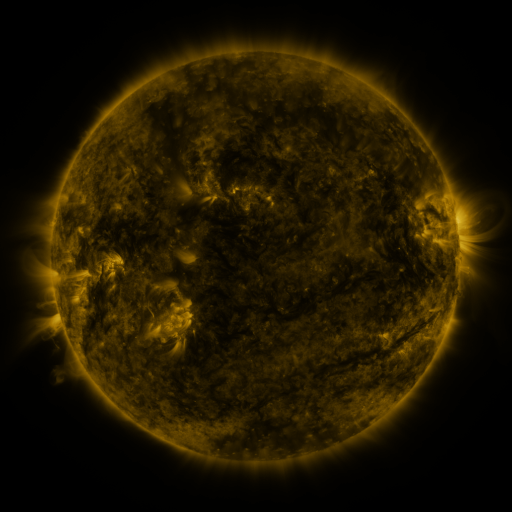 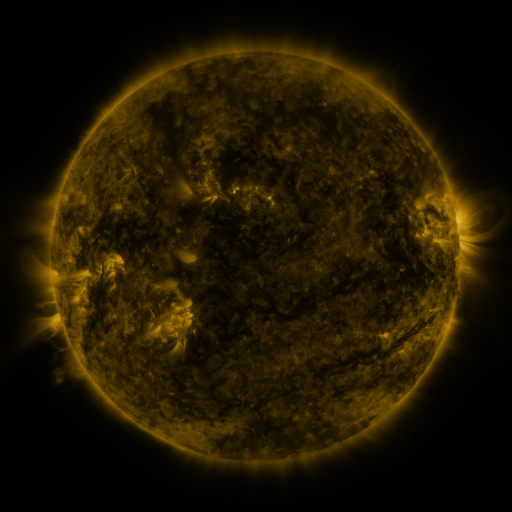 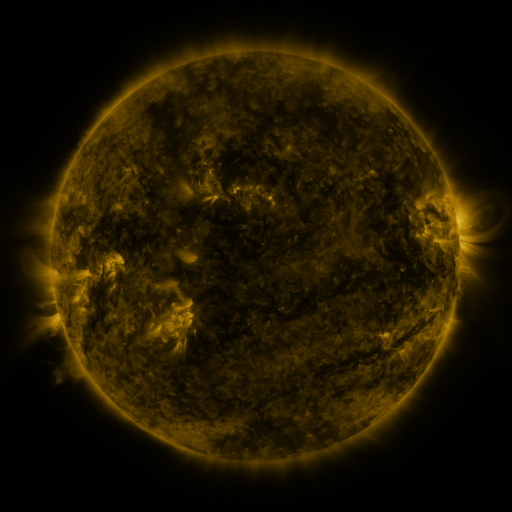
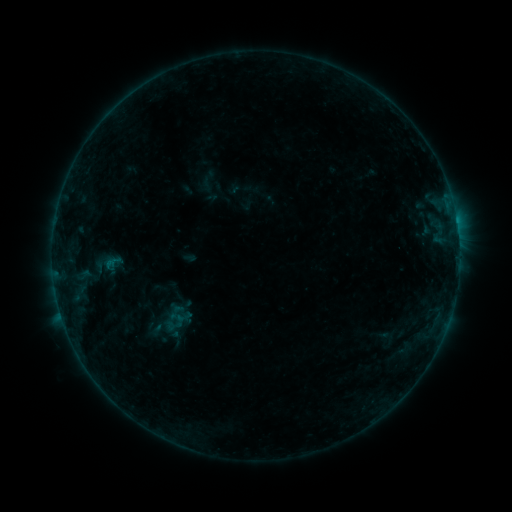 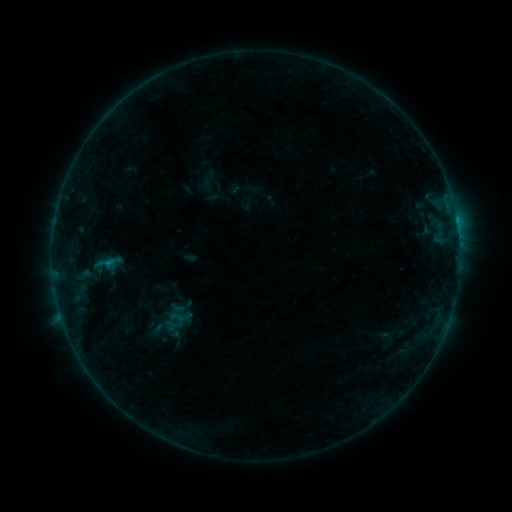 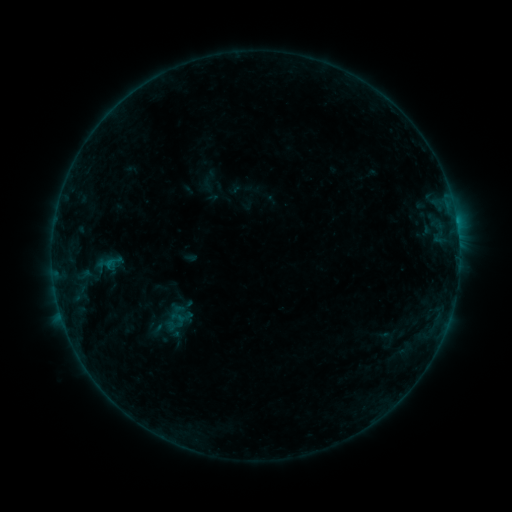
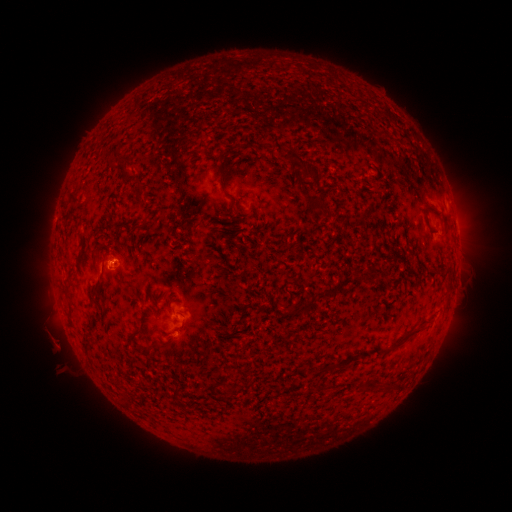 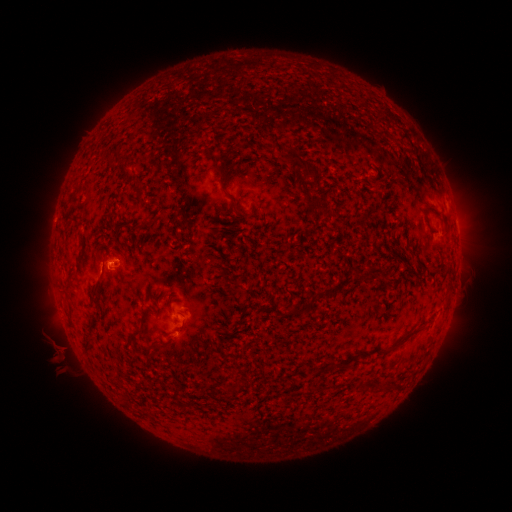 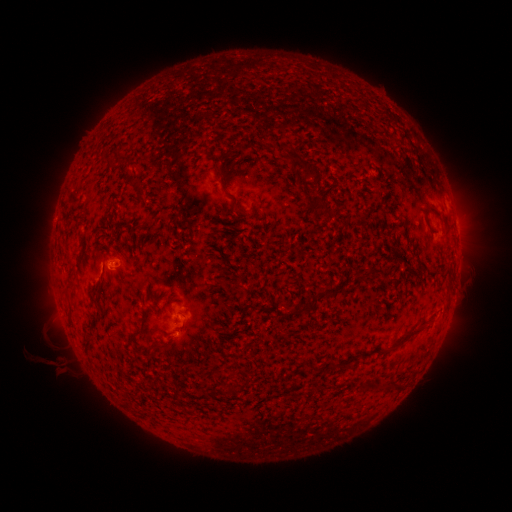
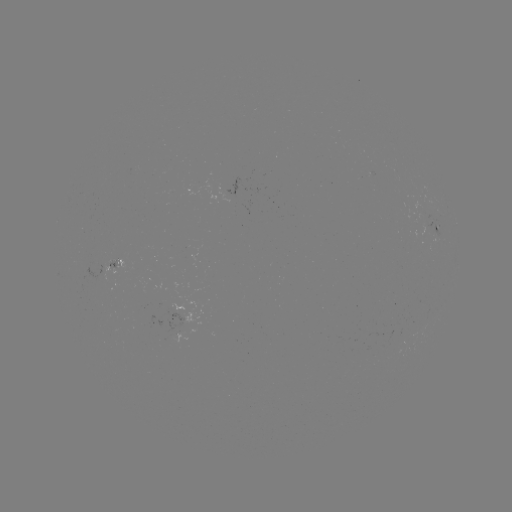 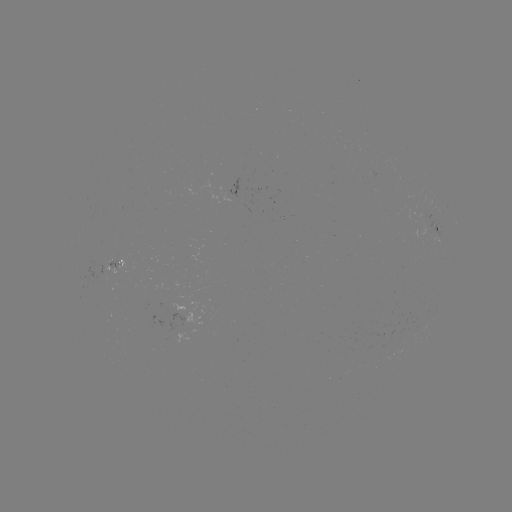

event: flare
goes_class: B3.2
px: (110, 259)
